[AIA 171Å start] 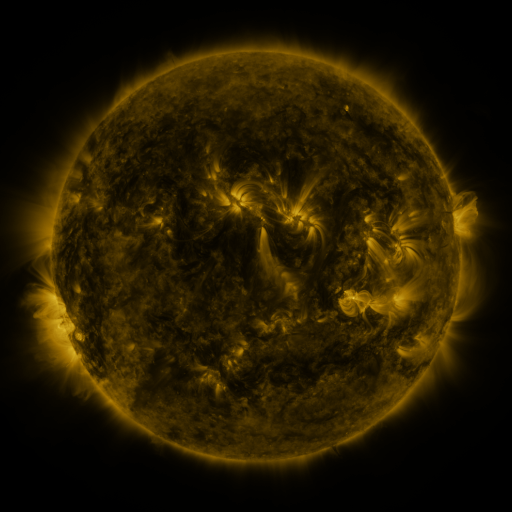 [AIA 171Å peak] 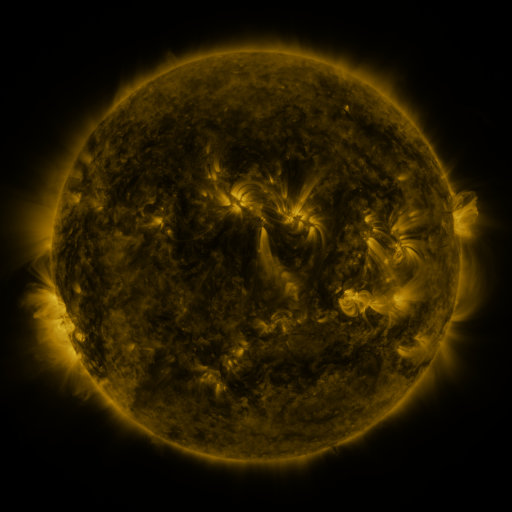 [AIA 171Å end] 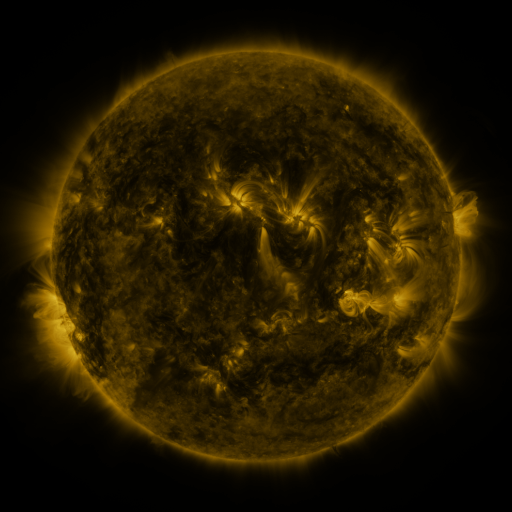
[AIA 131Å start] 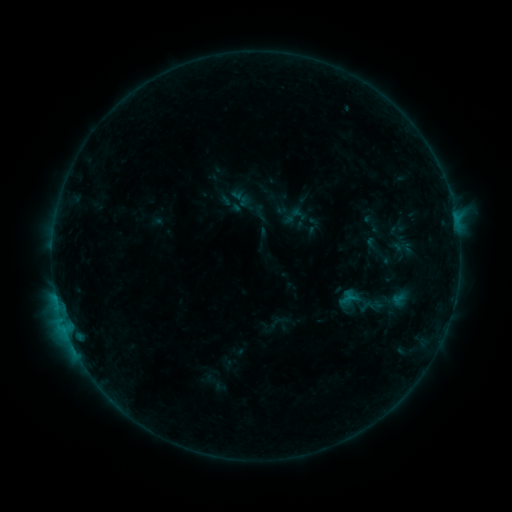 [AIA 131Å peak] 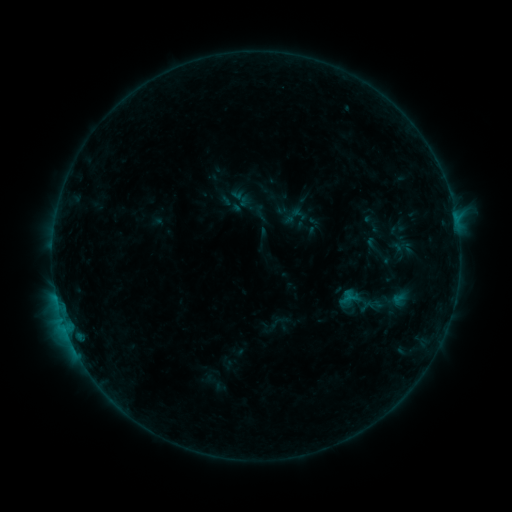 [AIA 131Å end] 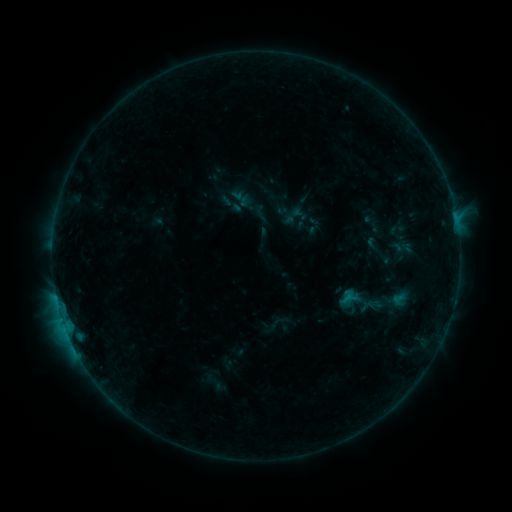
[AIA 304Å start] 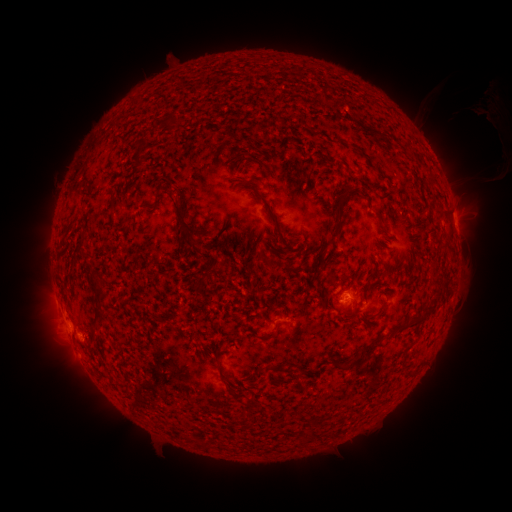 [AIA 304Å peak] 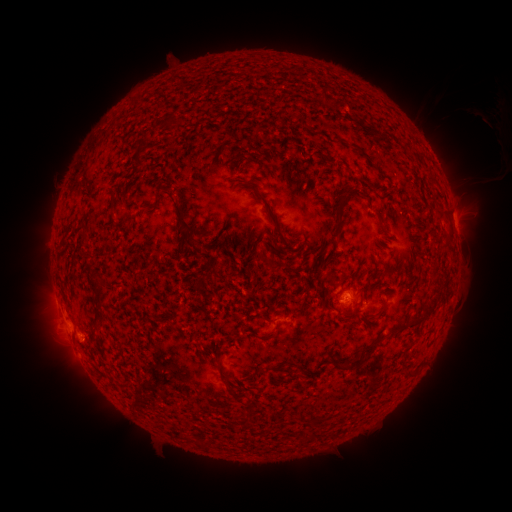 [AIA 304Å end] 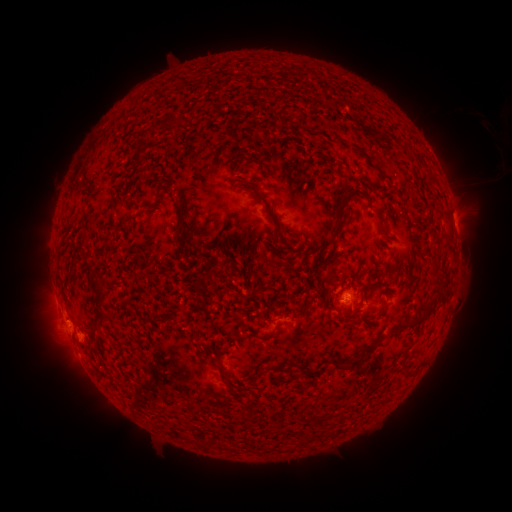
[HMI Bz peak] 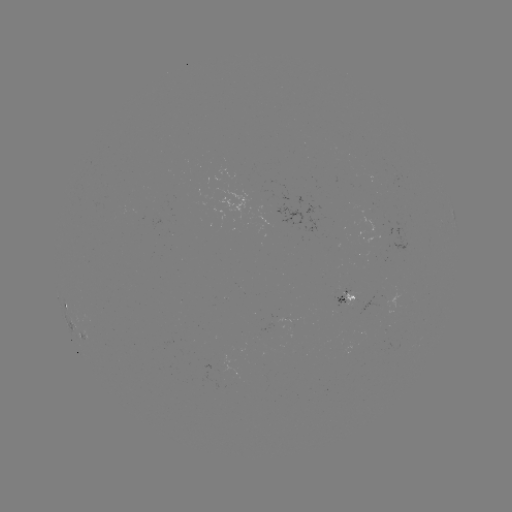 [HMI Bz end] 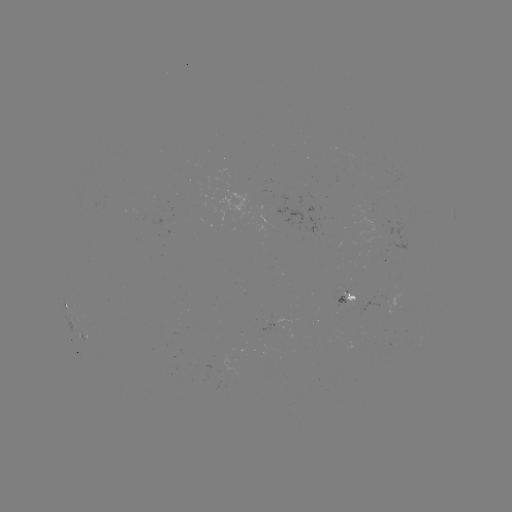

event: eruption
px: (493, 113)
